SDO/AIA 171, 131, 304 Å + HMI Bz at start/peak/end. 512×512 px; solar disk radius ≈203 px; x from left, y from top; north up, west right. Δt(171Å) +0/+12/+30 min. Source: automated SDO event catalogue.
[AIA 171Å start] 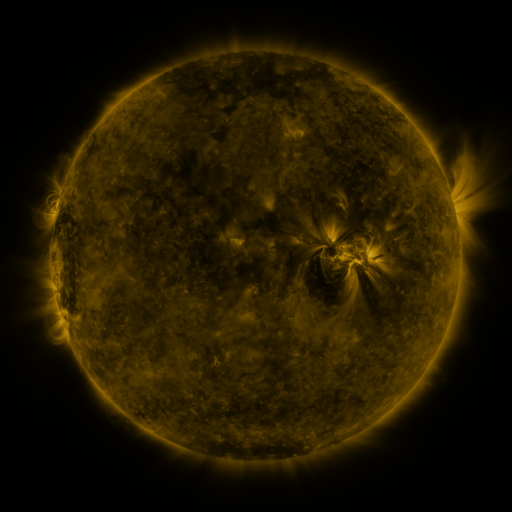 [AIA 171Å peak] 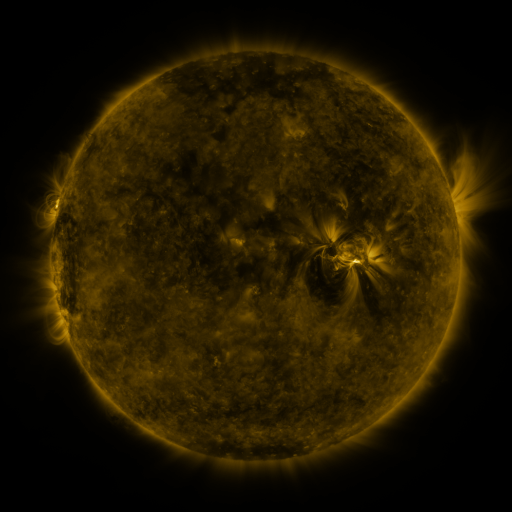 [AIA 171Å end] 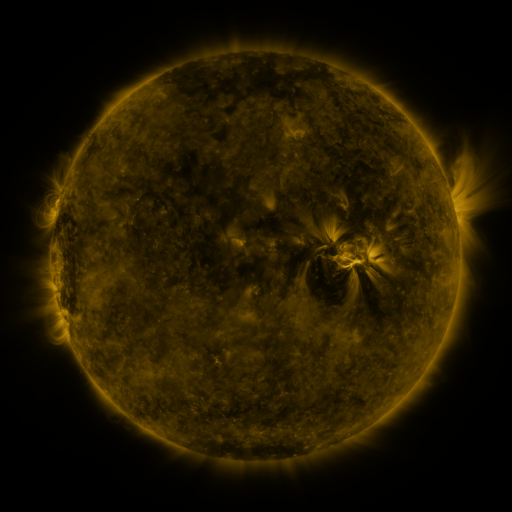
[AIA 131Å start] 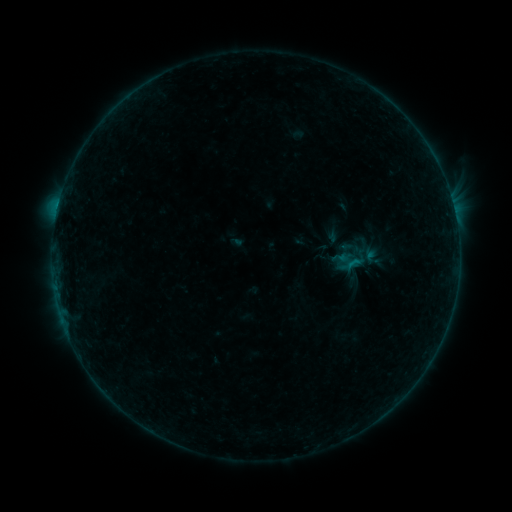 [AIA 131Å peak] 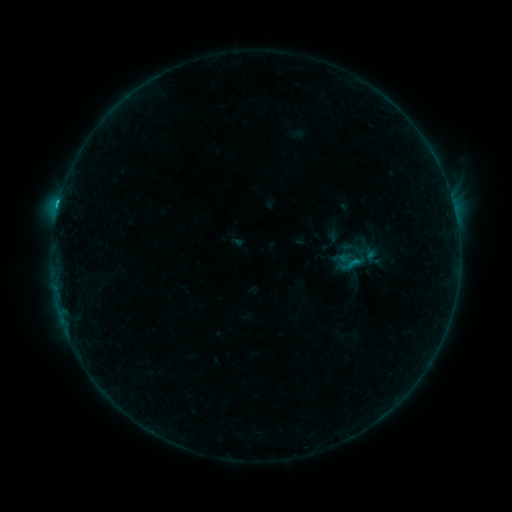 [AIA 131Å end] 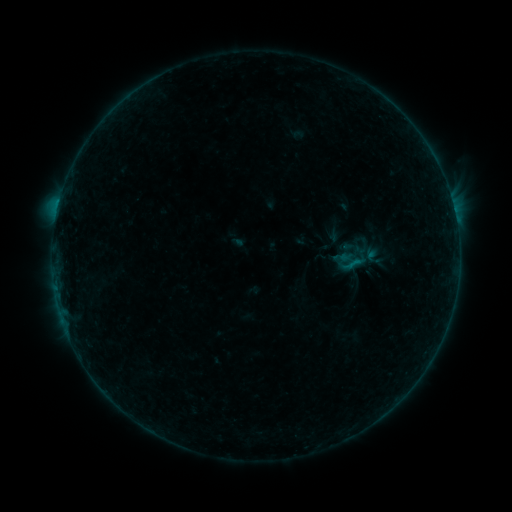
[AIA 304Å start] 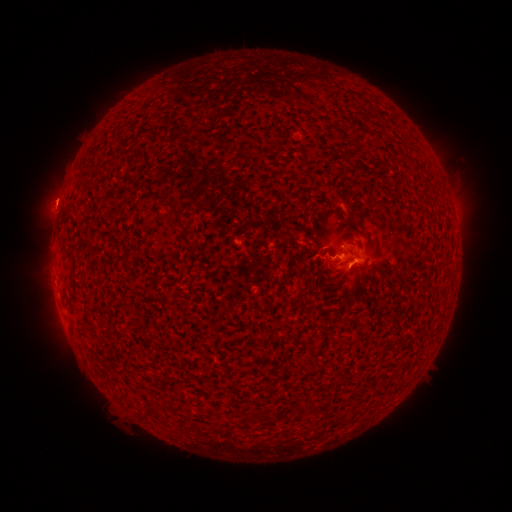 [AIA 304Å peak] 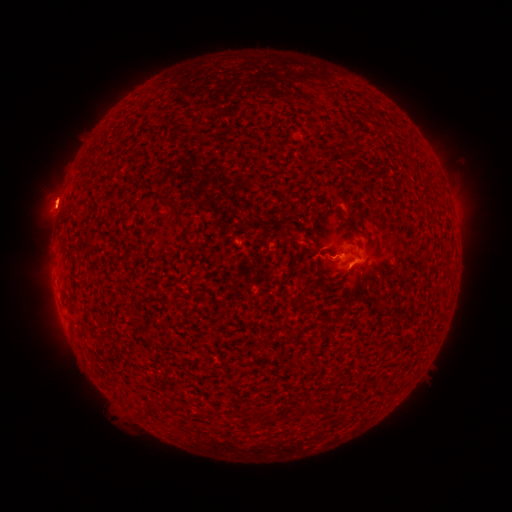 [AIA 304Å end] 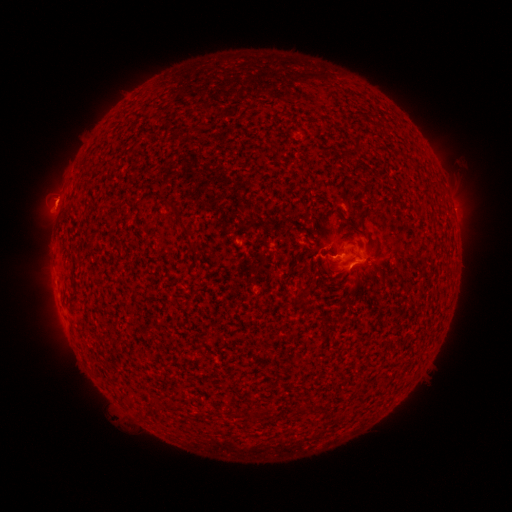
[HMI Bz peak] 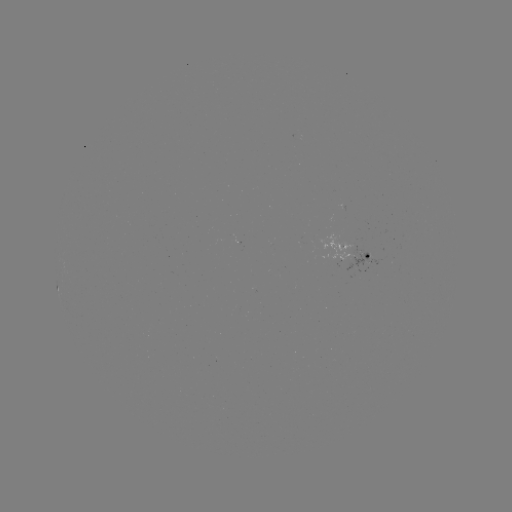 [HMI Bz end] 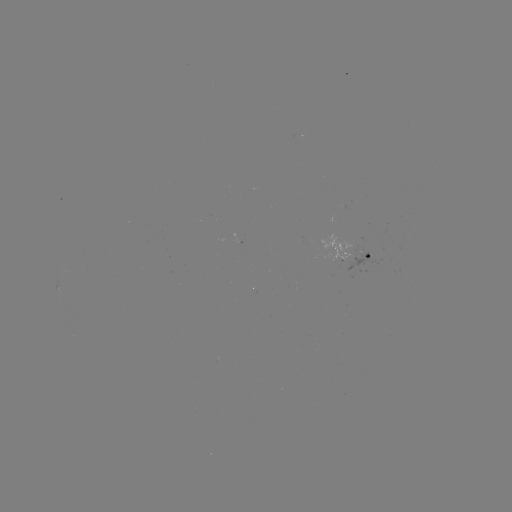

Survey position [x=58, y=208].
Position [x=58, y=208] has B8.6 flare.